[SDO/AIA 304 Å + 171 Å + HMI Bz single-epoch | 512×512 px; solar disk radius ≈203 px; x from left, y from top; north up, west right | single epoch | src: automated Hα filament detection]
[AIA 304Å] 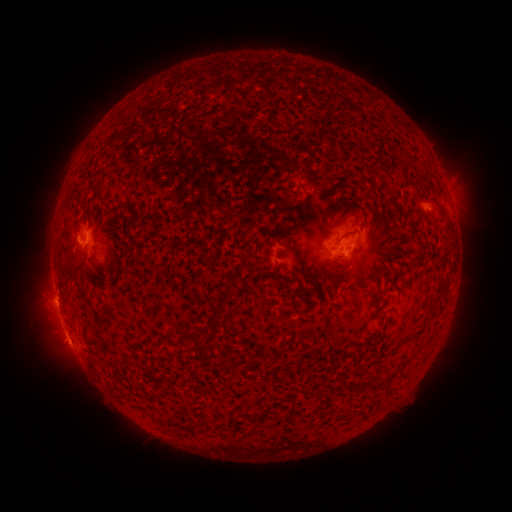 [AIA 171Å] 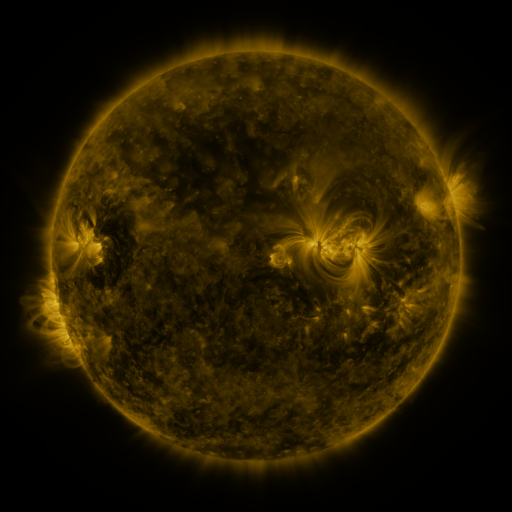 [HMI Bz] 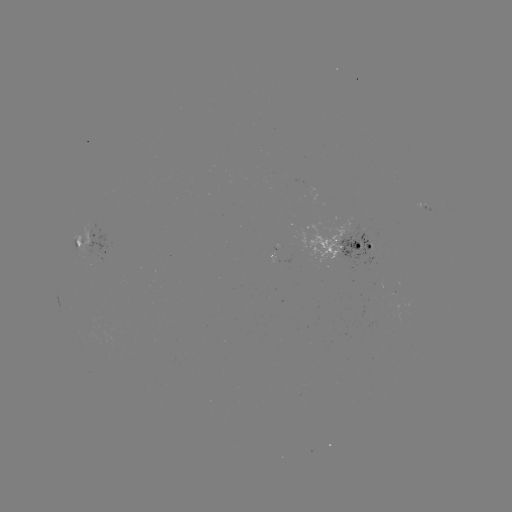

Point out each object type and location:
filament: [341, 230, 358, 240]
filament: [292, 250, 299, 262]
filament: [213, 298, 225, 315]
filament: [182, 326, 201, 344]
filament: [337, 375, 347, 389]
